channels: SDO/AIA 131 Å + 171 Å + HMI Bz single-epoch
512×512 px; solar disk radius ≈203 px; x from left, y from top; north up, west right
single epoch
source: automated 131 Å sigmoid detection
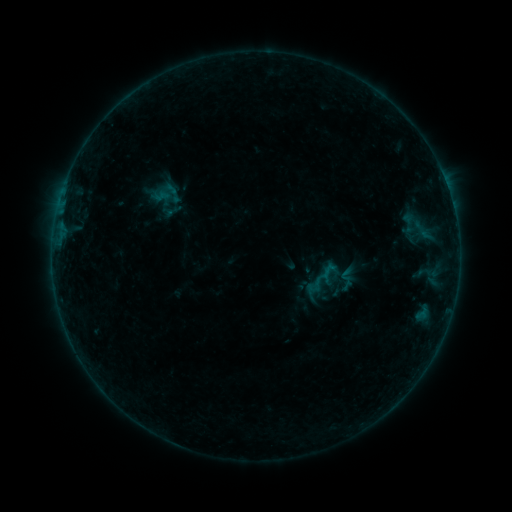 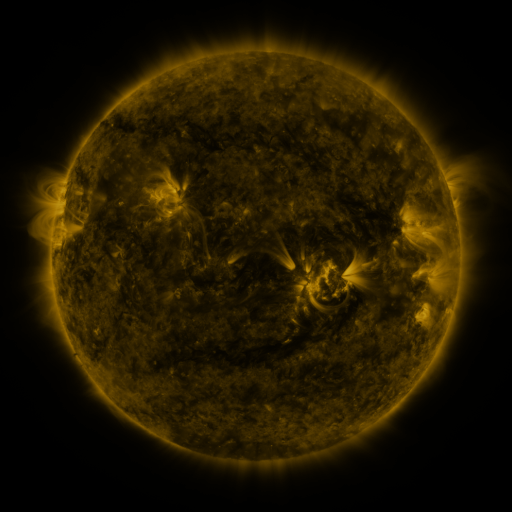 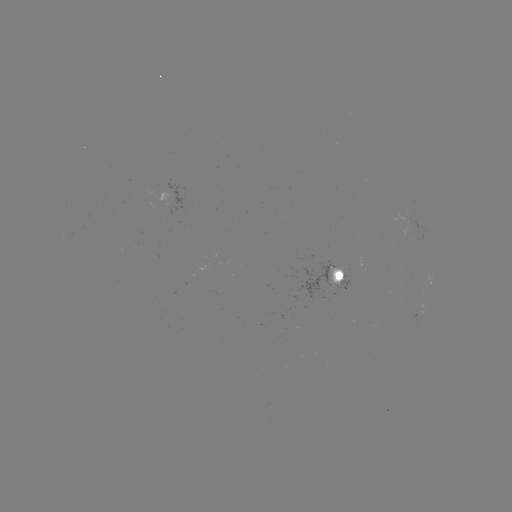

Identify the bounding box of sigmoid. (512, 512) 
[337, 259, 362, 285].